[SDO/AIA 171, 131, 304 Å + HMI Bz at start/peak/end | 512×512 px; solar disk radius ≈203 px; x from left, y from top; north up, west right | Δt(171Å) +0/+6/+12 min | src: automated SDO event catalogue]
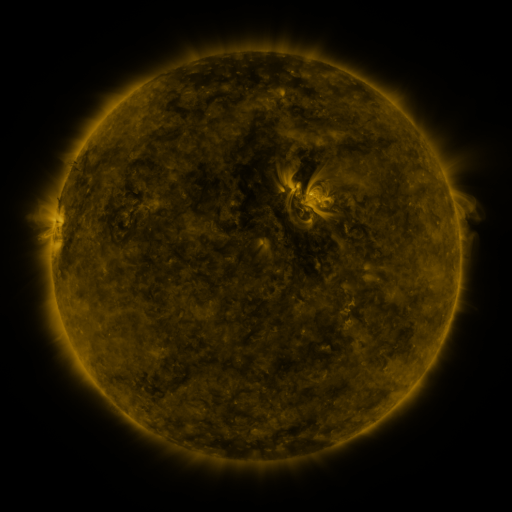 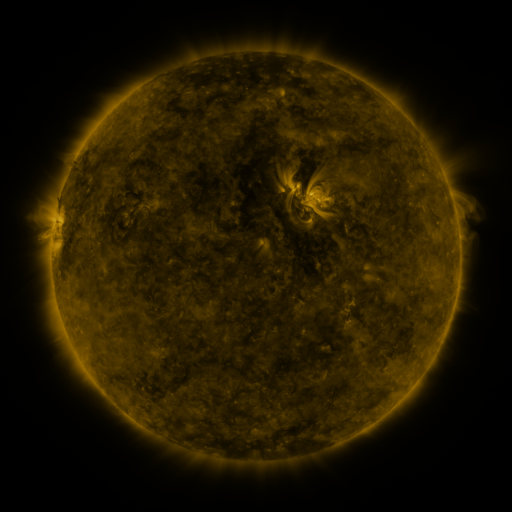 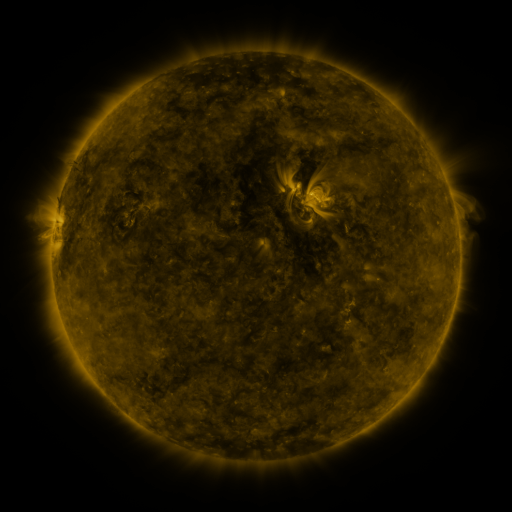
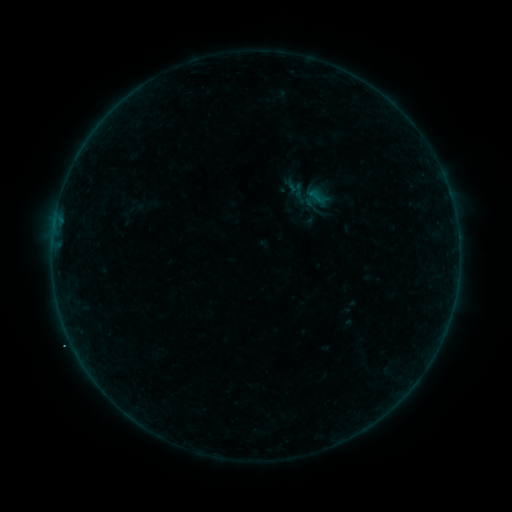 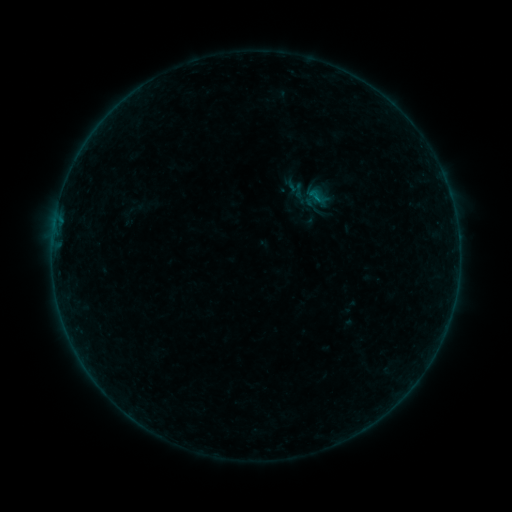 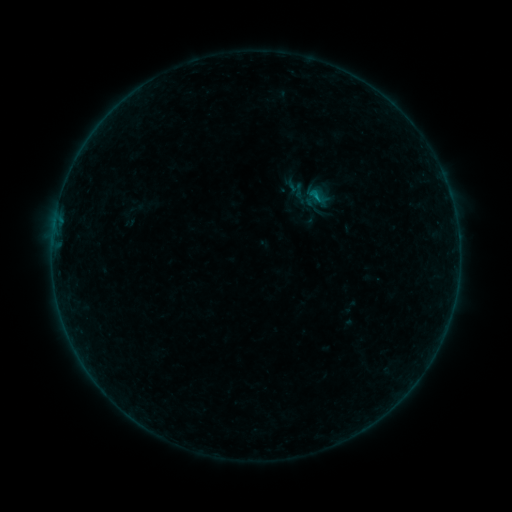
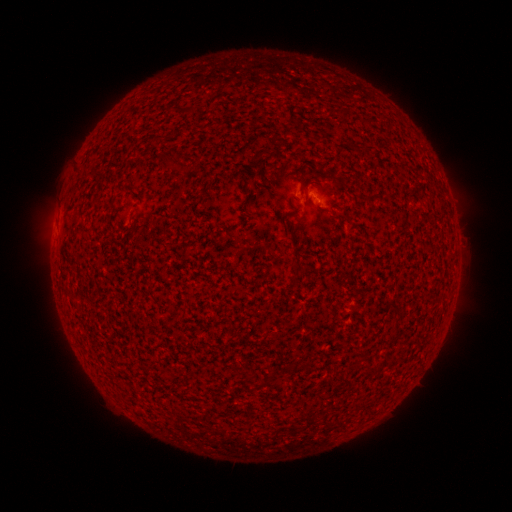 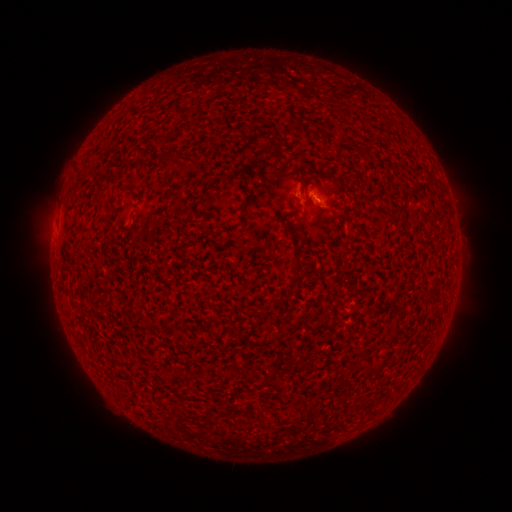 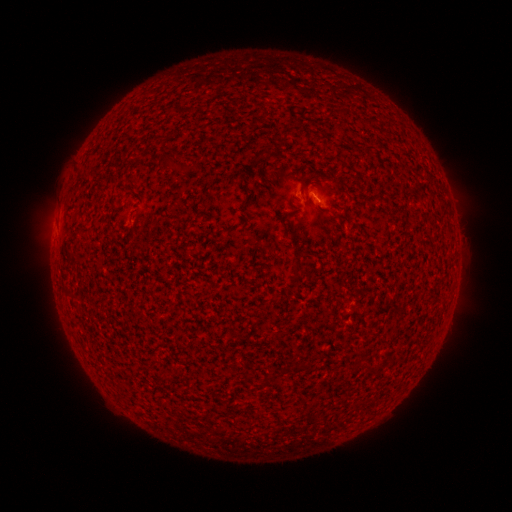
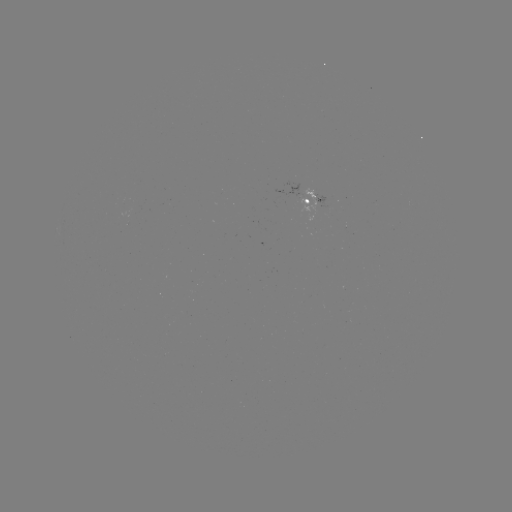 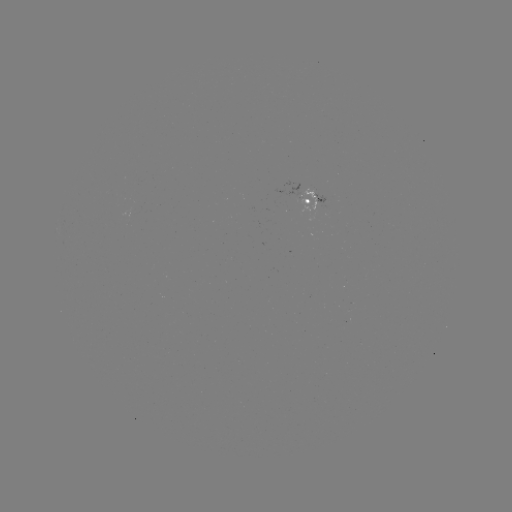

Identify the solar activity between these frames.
B2.6 flare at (315, 201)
